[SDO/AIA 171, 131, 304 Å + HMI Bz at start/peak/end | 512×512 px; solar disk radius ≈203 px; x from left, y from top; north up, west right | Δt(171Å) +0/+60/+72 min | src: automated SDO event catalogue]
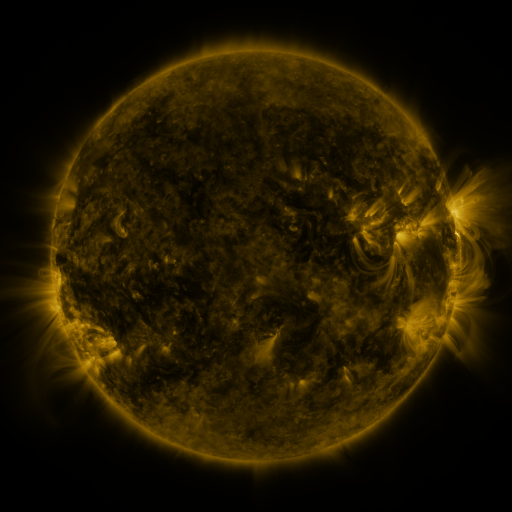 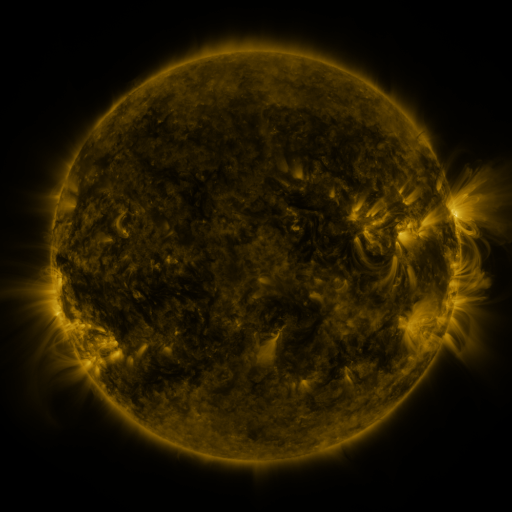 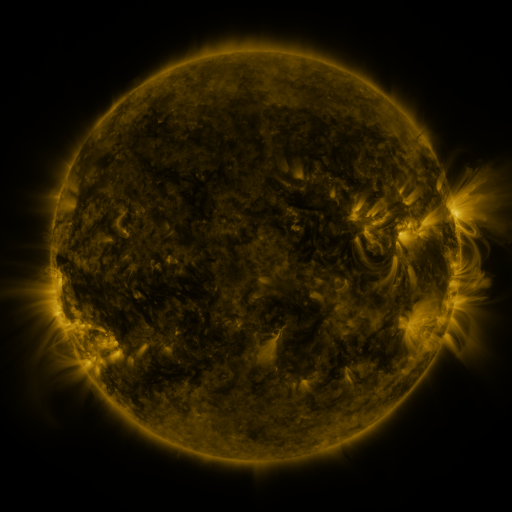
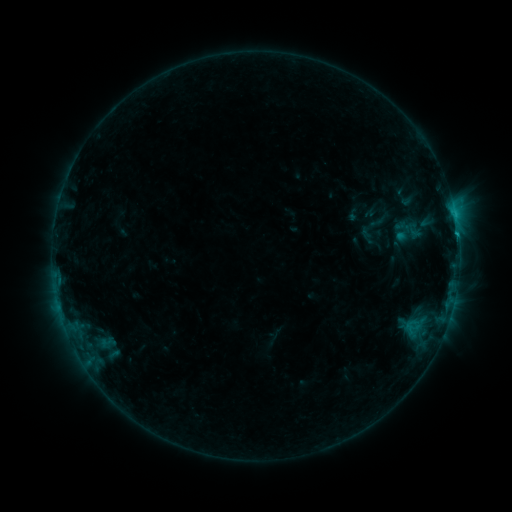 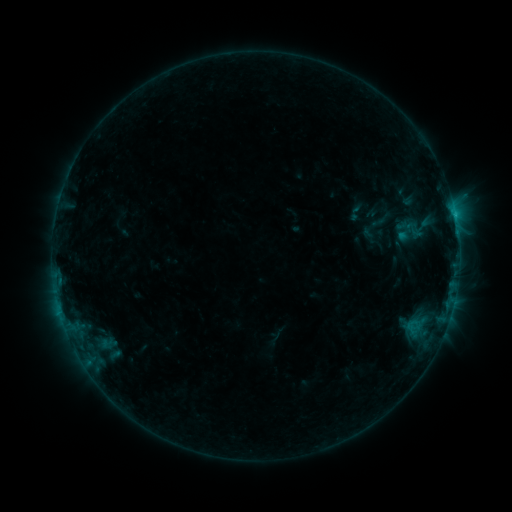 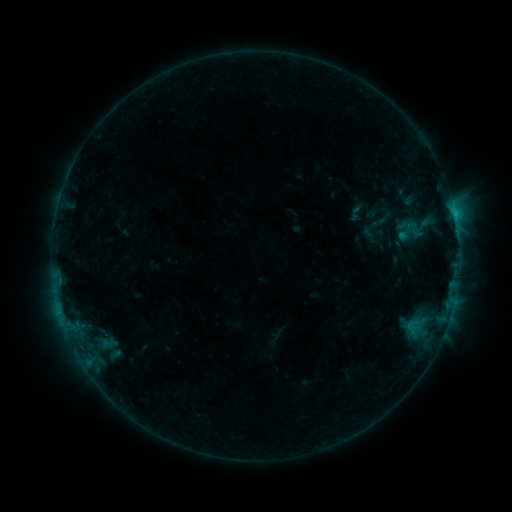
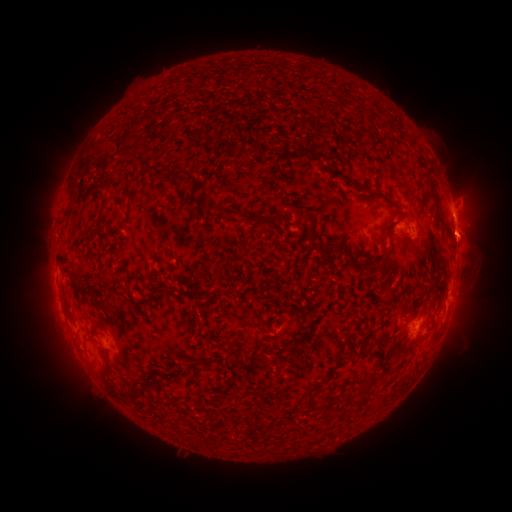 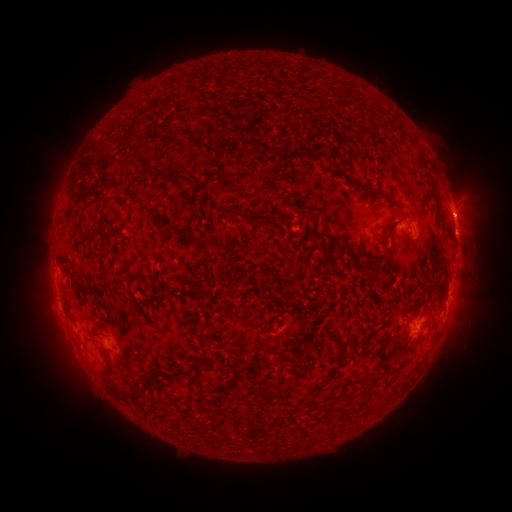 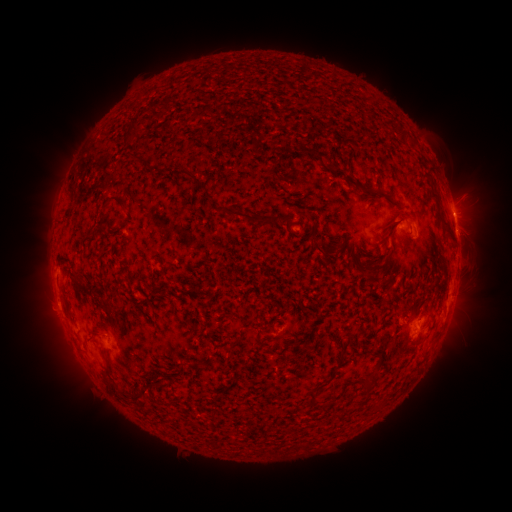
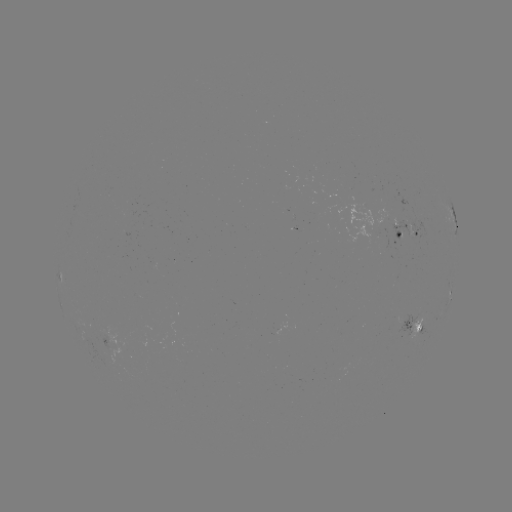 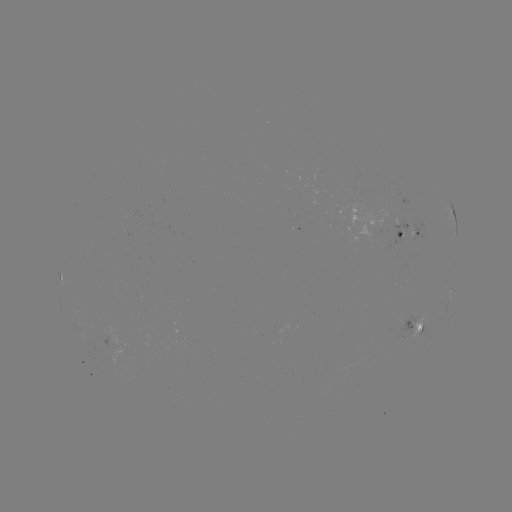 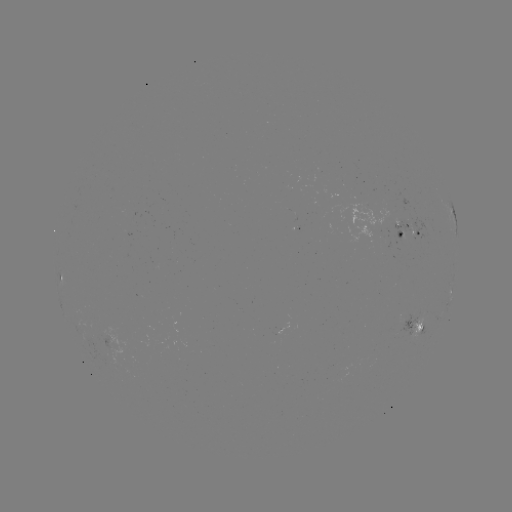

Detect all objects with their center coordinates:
emerging-flux region: (377, 230)
